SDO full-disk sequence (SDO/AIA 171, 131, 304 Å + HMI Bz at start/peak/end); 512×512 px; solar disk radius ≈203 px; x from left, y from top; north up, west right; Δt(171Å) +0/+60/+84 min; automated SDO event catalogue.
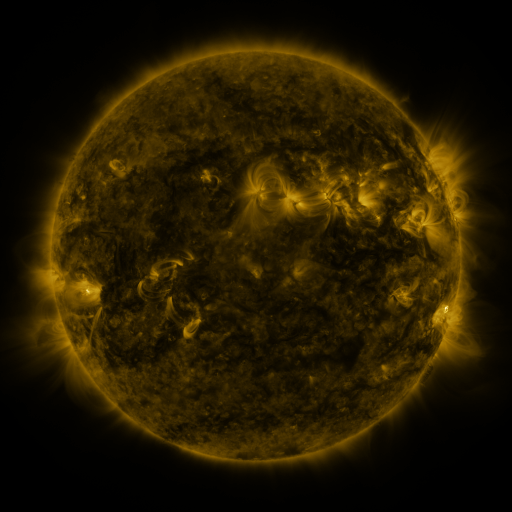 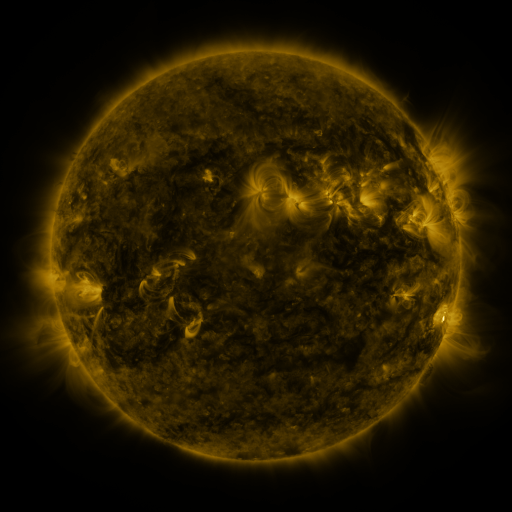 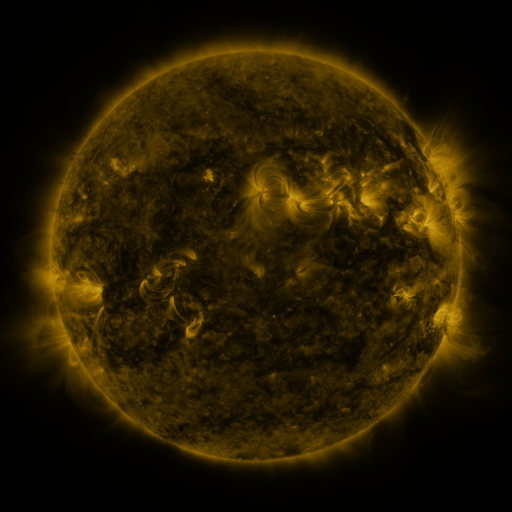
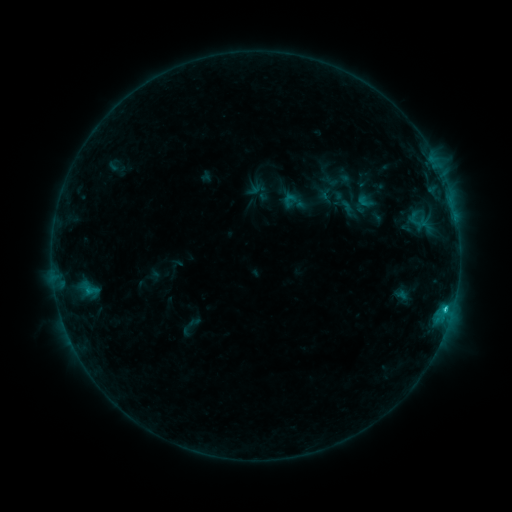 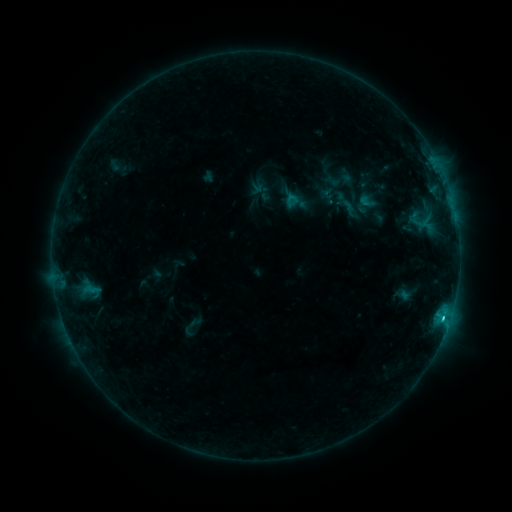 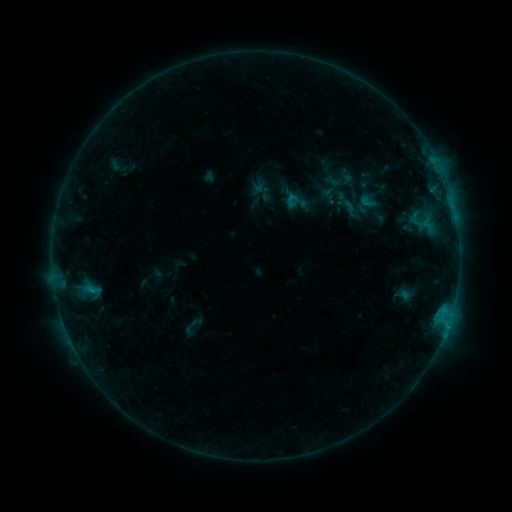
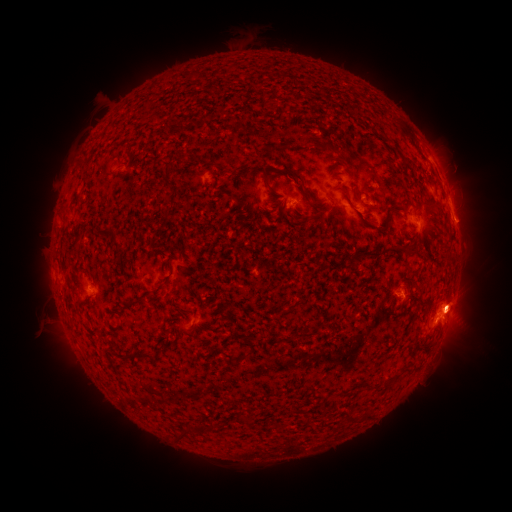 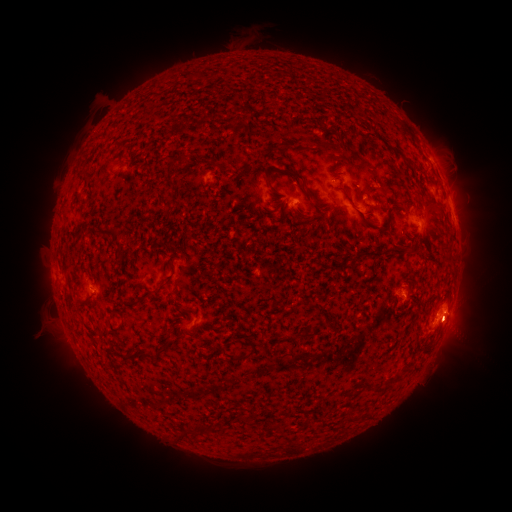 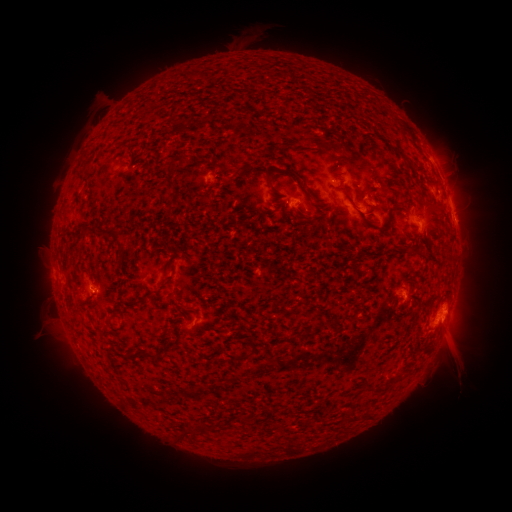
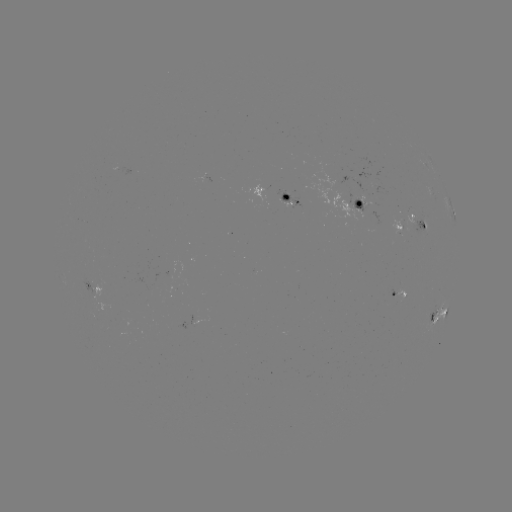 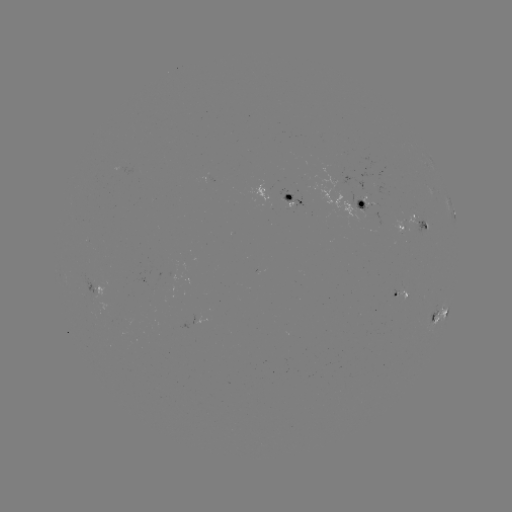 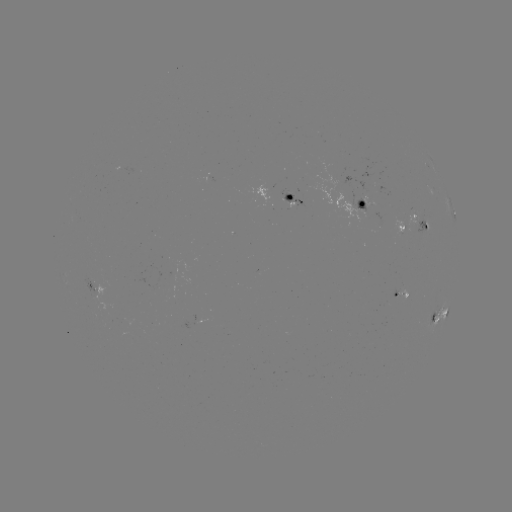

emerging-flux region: <bbox>395, 287, 407, 304</bbox>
